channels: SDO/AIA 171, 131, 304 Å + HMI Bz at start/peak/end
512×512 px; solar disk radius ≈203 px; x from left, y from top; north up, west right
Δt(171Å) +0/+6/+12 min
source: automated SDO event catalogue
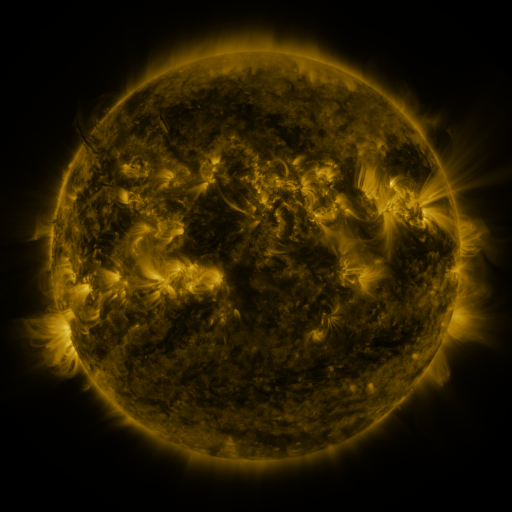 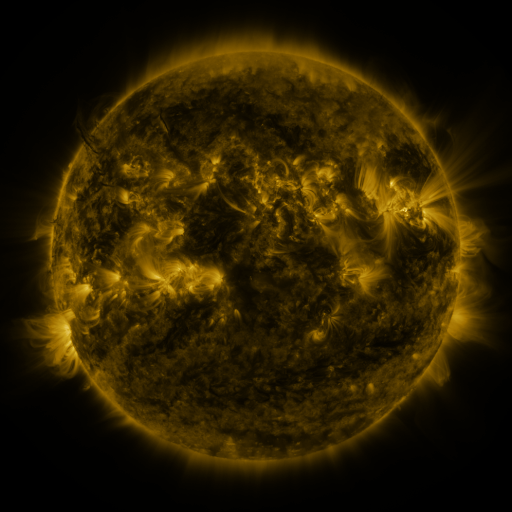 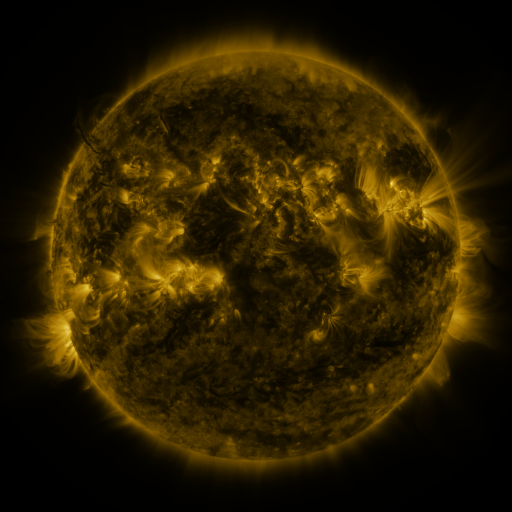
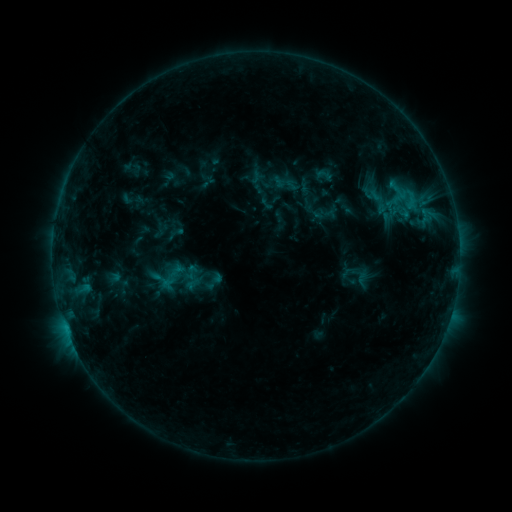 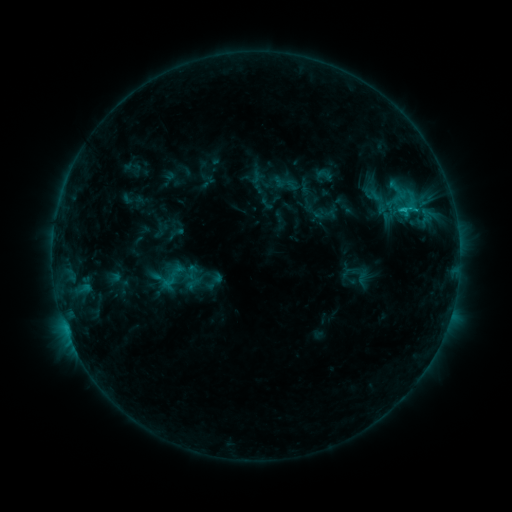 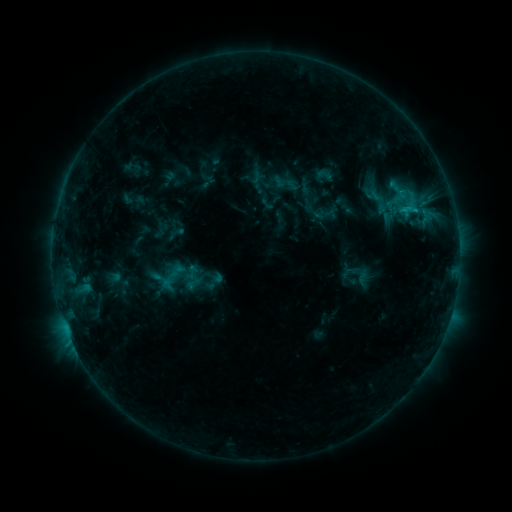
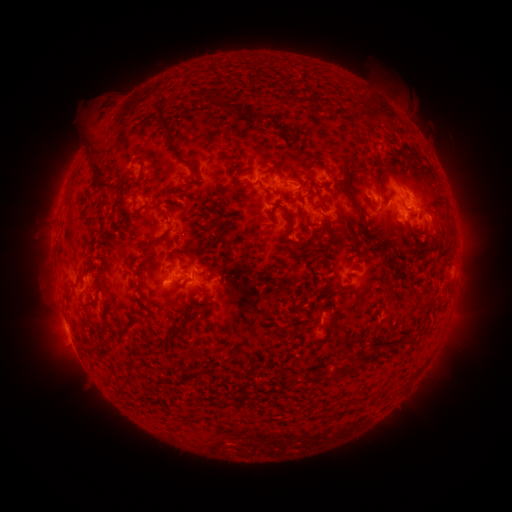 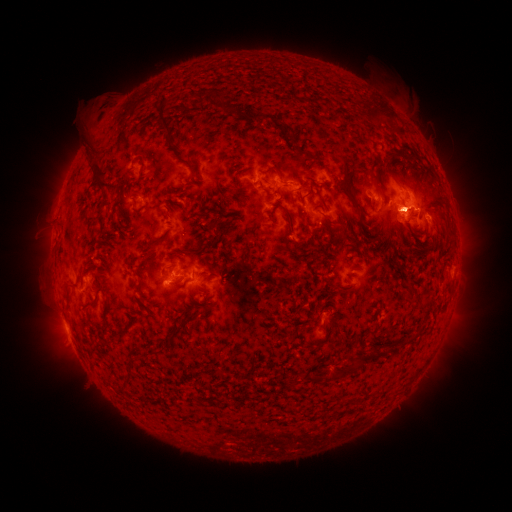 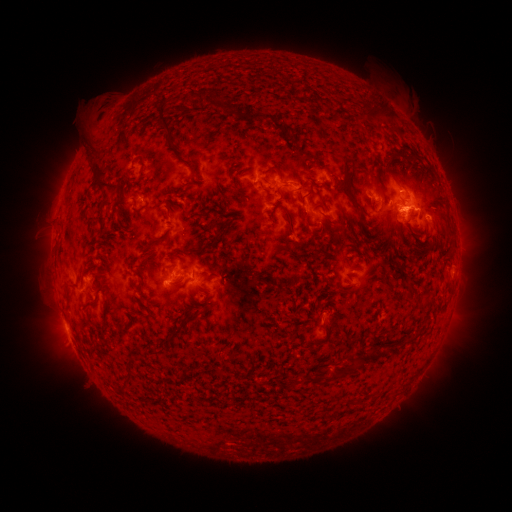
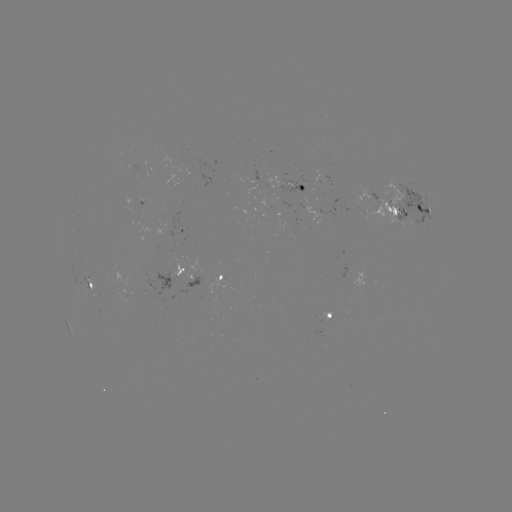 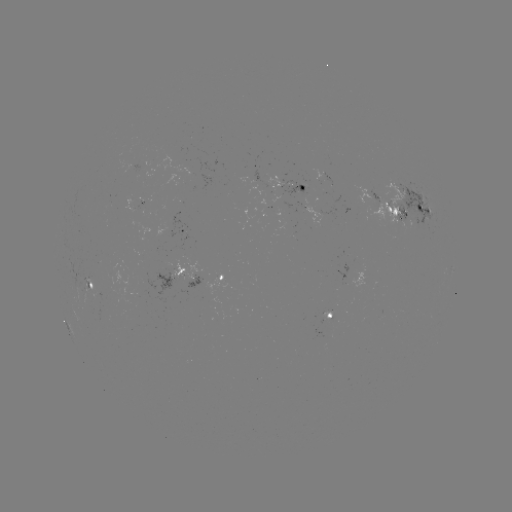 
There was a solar flare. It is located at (402, 210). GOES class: C1.1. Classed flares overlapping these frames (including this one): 1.